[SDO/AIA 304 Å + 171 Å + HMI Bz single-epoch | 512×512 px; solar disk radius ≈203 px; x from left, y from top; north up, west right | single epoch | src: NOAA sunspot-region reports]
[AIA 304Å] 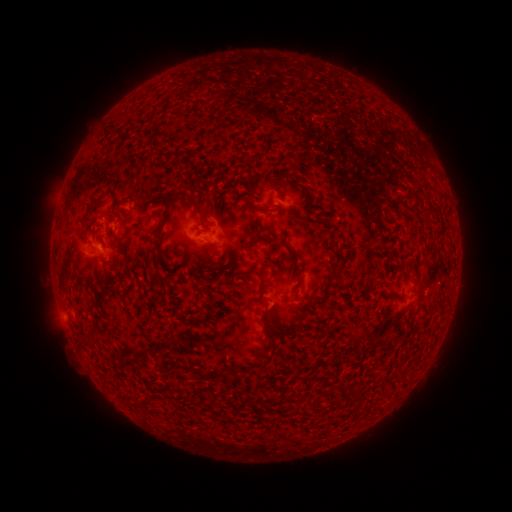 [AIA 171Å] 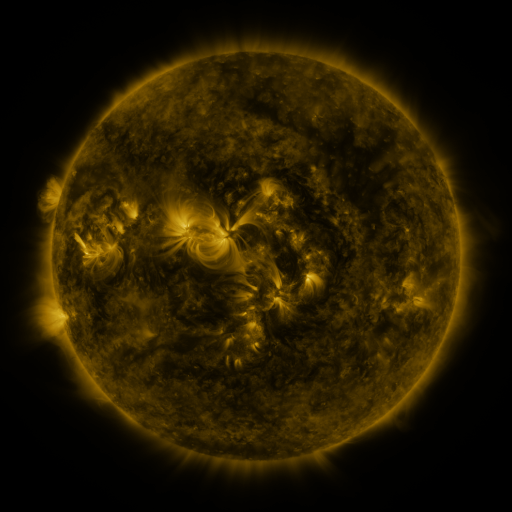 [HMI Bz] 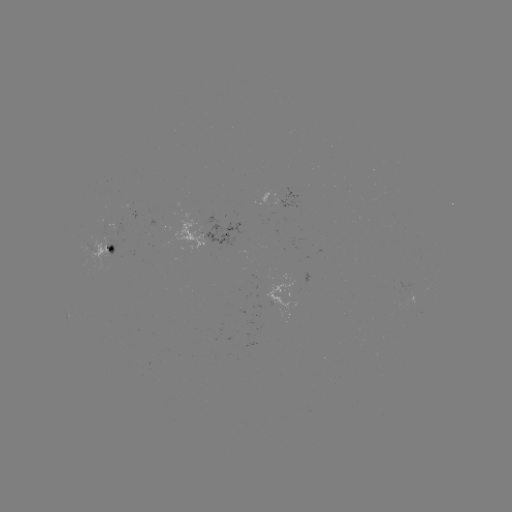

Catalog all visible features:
spotted active region: (286, 203)
spotted active region: (220, 238)
spotted active region: (114, 252)
spotted active region: (287, 292)
